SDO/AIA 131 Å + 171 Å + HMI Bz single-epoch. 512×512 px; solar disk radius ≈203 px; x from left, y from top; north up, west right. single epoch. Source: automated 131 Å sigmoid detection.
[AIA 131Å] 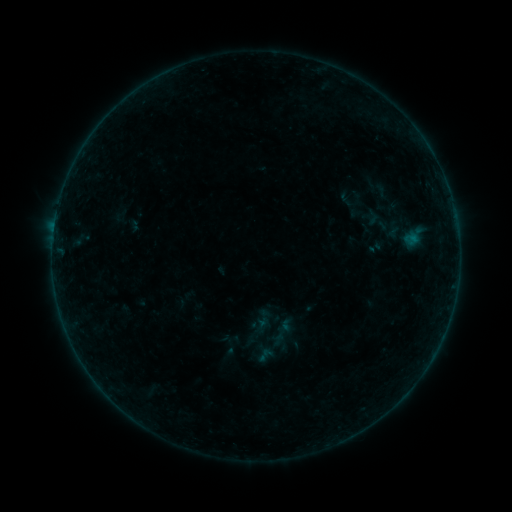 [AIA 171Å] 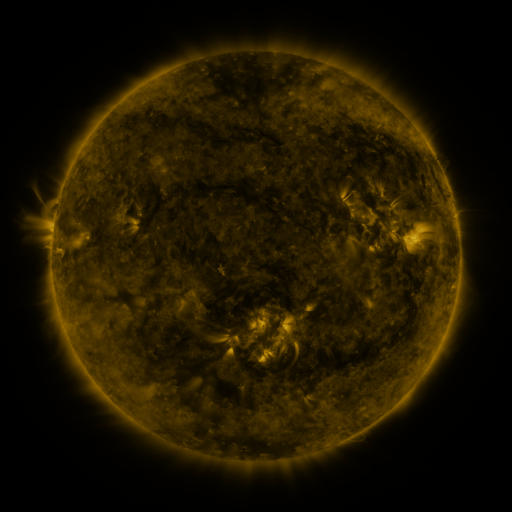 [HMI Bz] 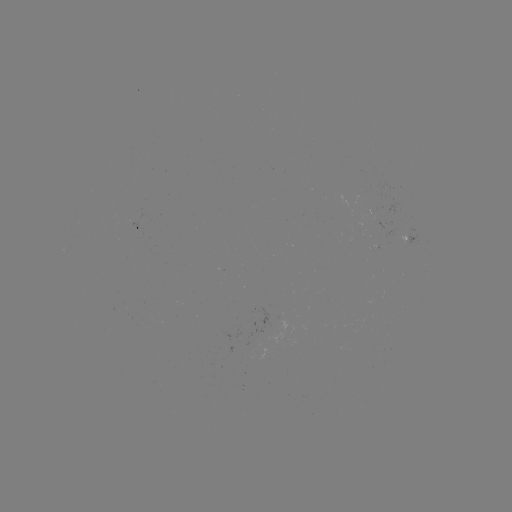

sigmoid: <bbox>256, 346, 274, 364</bbox>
